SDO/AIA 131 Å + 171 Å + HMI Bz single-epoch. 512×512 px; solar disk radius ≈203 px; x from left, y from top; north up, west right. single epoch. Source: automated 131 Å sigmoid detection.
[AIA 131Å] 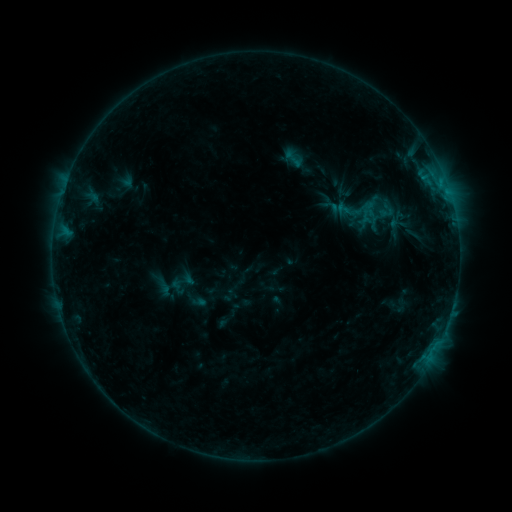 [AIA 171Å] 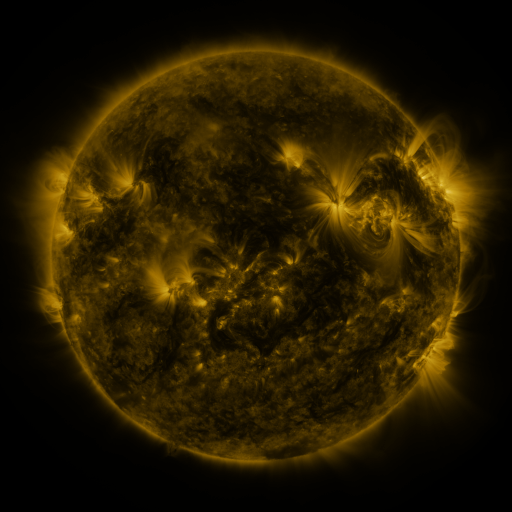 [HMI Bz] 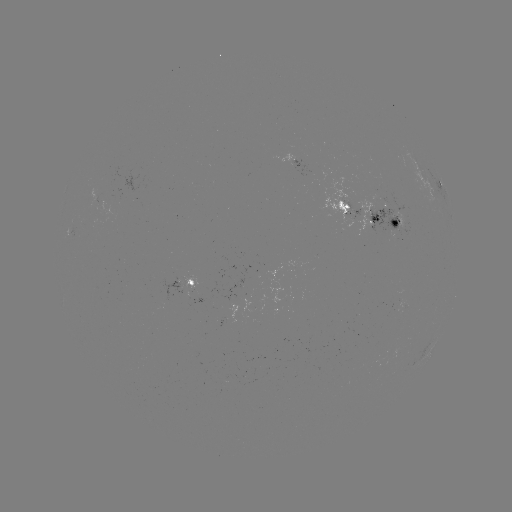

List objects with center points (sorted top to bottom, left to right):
sigmoid: (294, 158)
sigmoid: (343, 209)
